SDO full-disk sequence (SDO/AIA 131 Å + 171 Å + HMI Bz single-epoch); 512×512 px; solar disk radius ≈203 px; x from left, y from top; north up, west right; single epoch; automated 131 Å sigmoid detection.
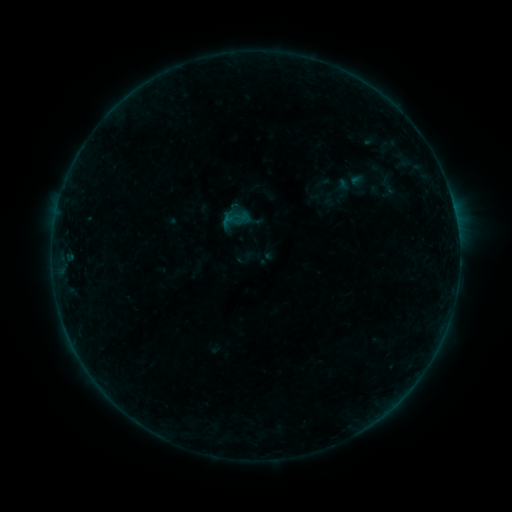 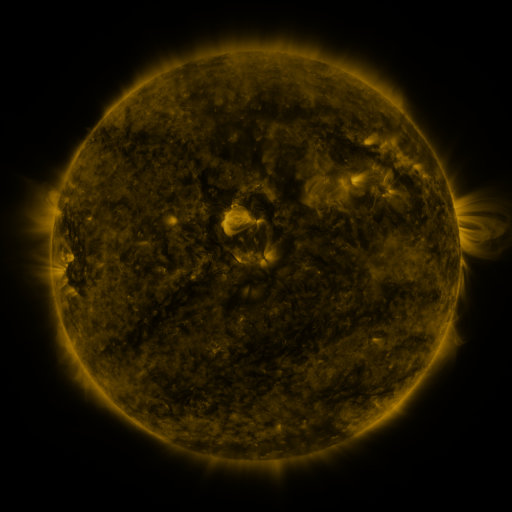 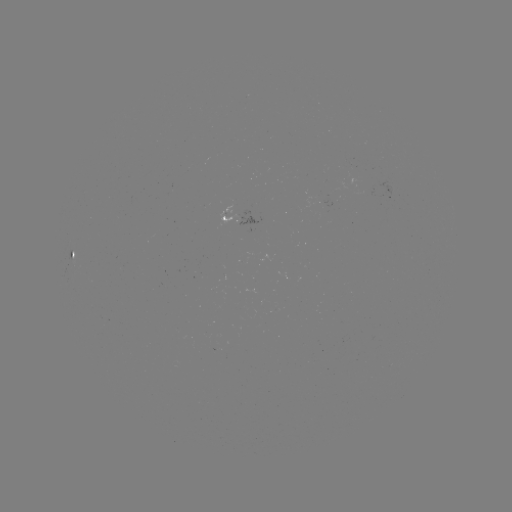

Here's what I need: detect sigmoid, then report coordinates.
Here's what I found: sigmoid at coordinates [389, 187].